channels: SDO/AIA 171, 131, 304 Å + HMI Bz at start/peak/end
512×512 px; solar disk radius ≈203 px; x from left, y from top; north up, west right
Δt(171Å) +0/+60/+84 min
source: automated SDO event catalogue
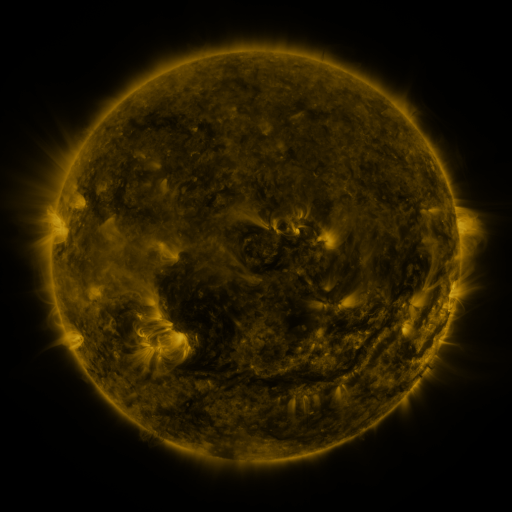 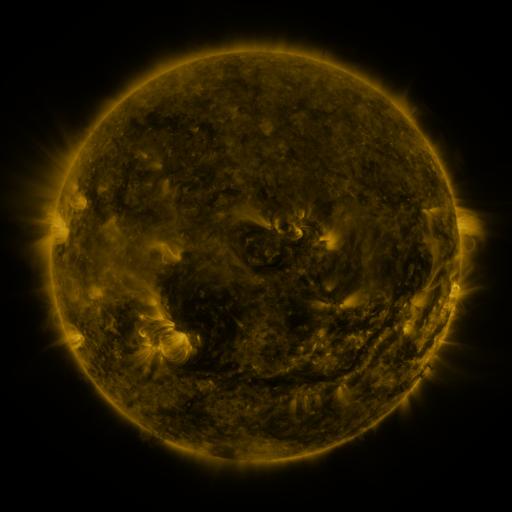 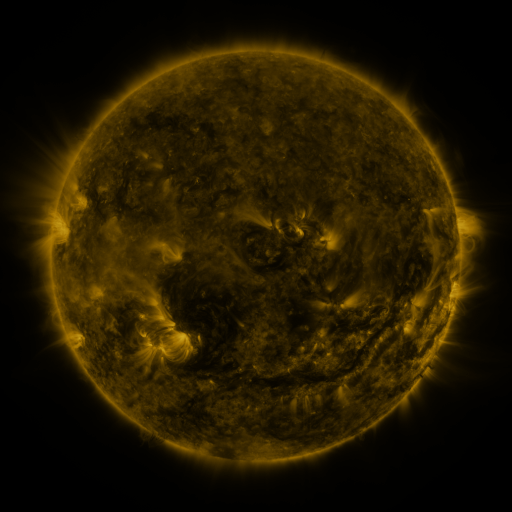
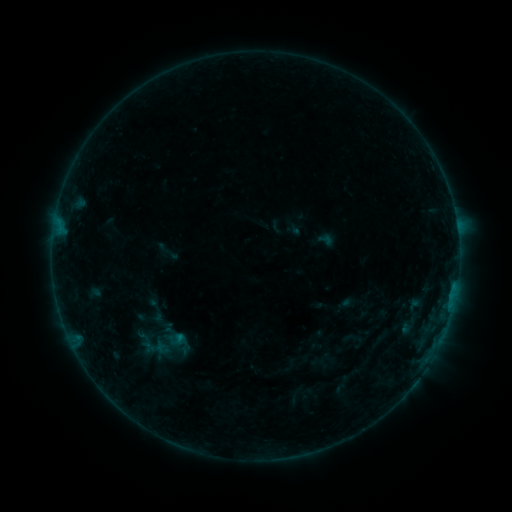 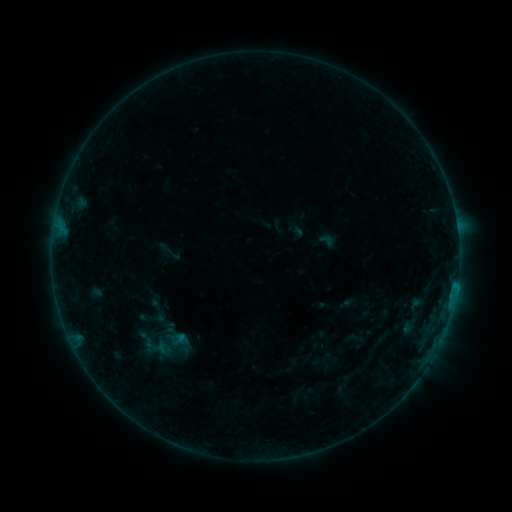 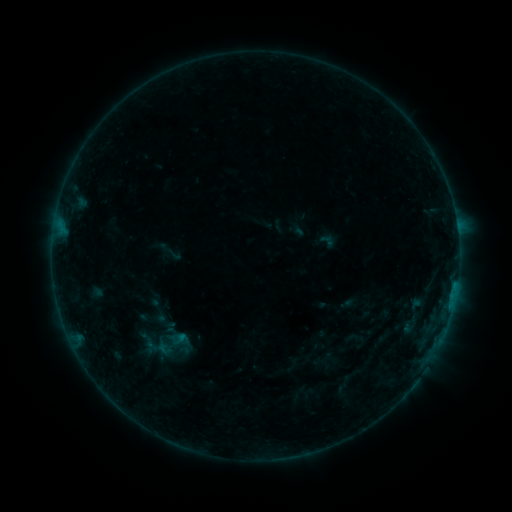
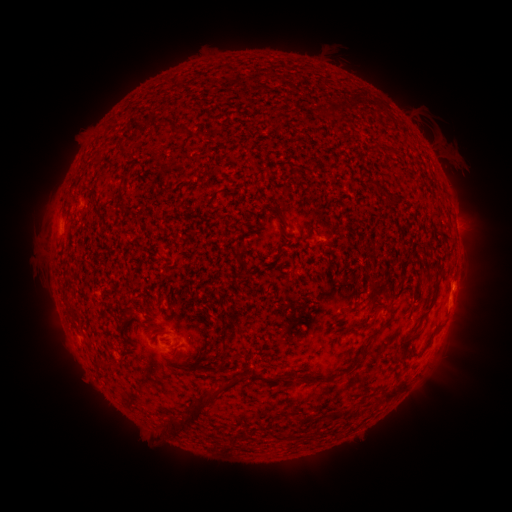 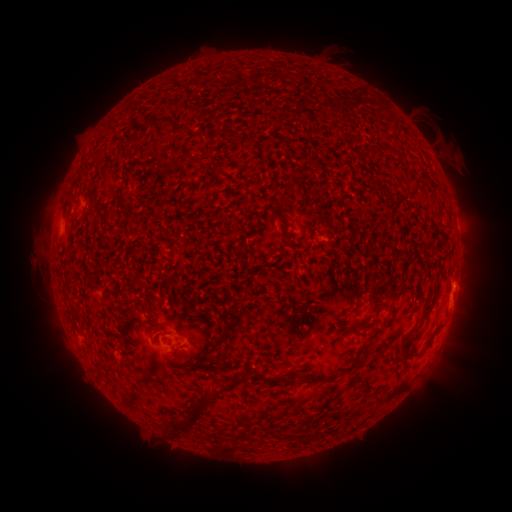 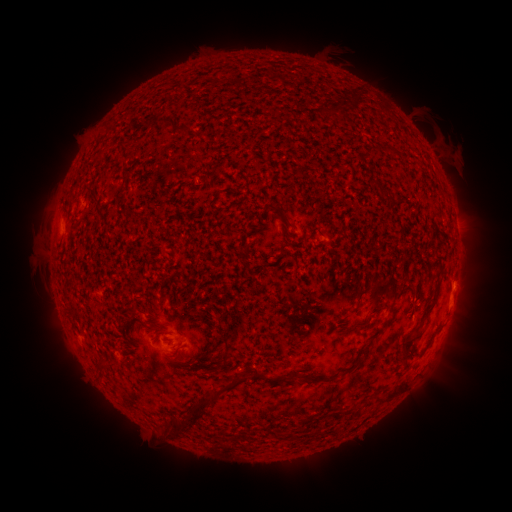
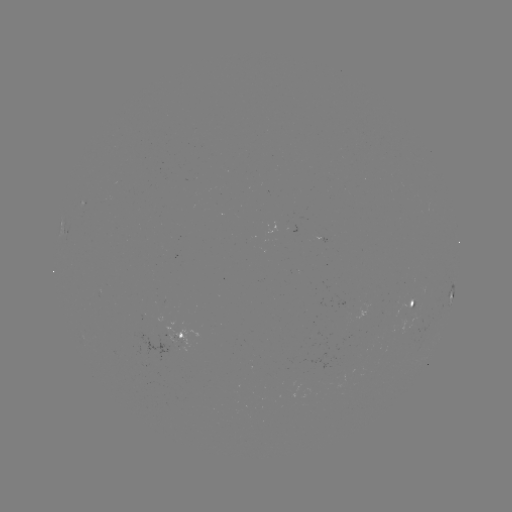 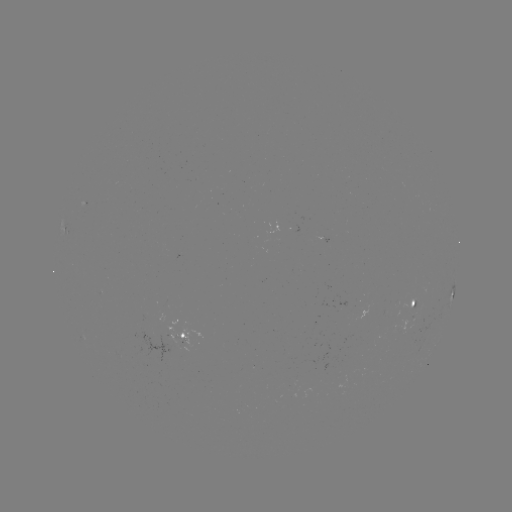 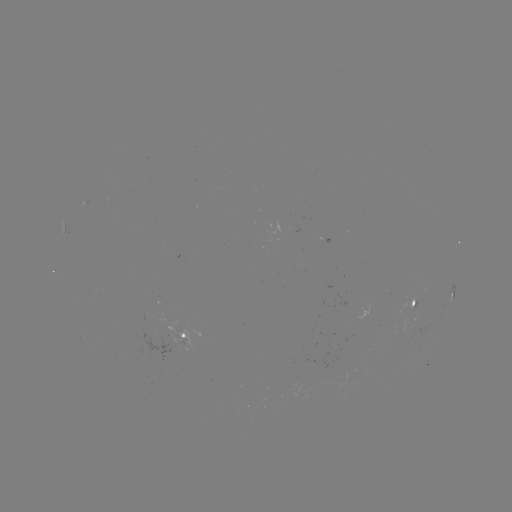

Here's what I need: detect emerging-flux region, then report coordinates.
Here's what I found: emerging-flux region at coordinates (381, 135).